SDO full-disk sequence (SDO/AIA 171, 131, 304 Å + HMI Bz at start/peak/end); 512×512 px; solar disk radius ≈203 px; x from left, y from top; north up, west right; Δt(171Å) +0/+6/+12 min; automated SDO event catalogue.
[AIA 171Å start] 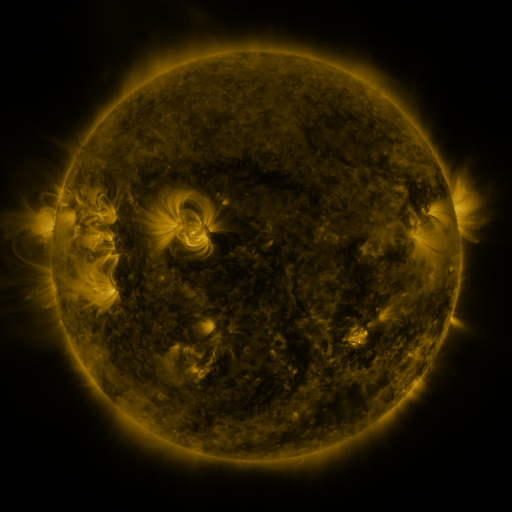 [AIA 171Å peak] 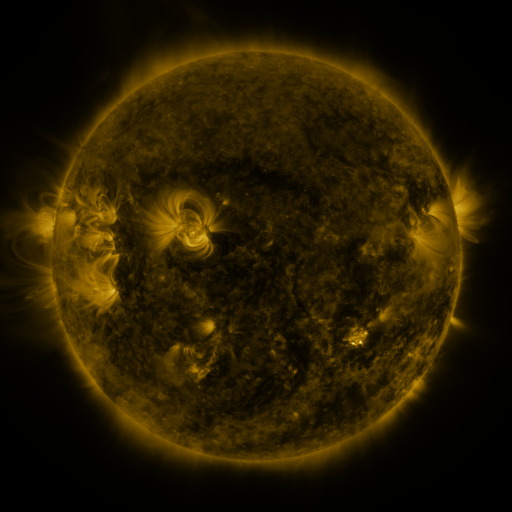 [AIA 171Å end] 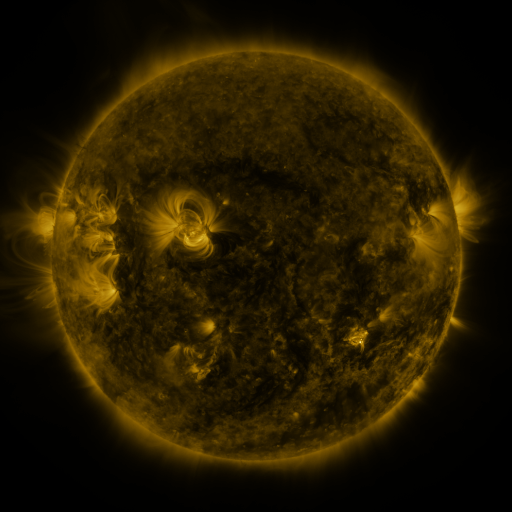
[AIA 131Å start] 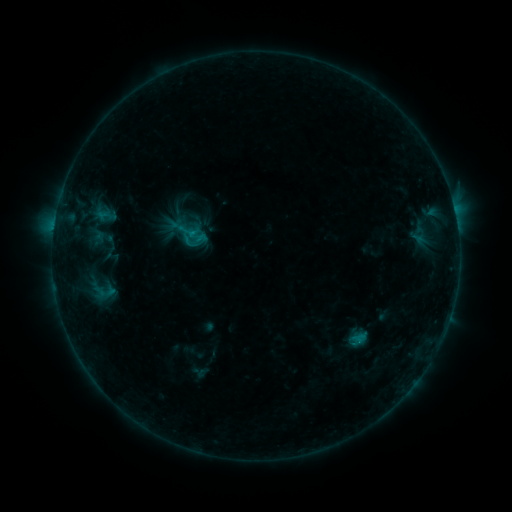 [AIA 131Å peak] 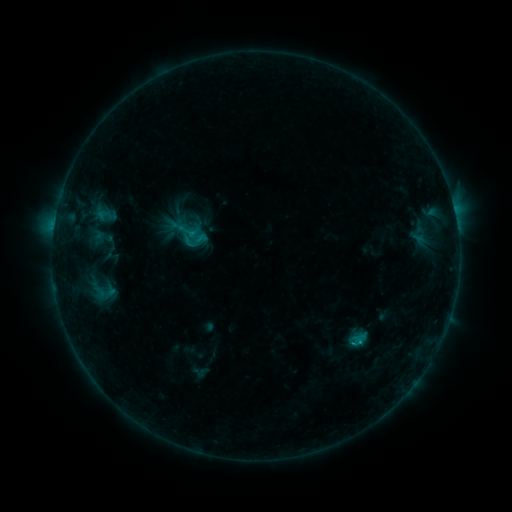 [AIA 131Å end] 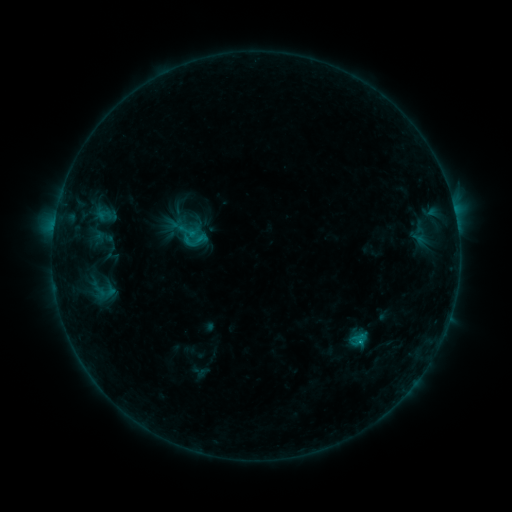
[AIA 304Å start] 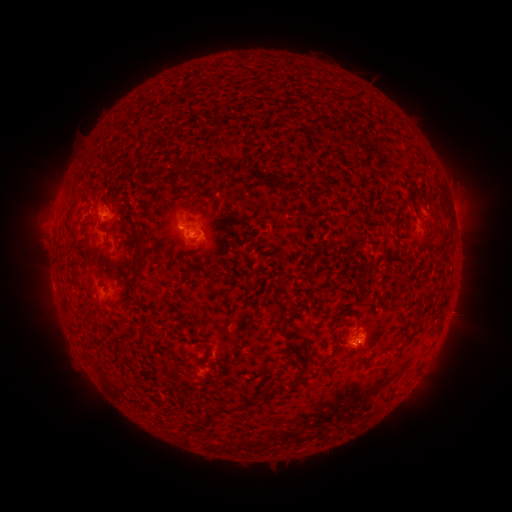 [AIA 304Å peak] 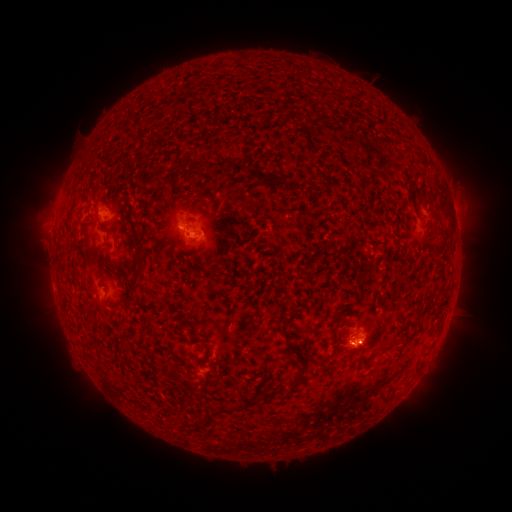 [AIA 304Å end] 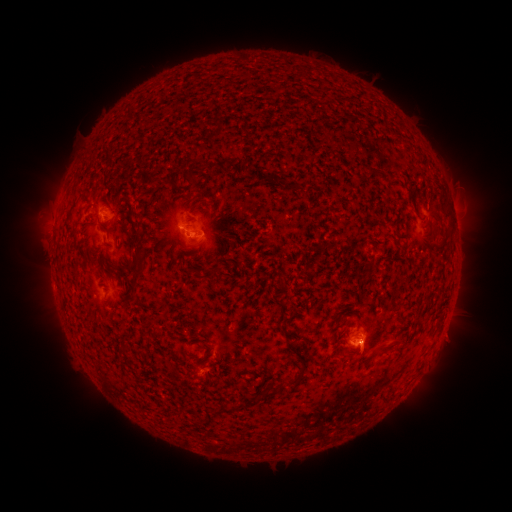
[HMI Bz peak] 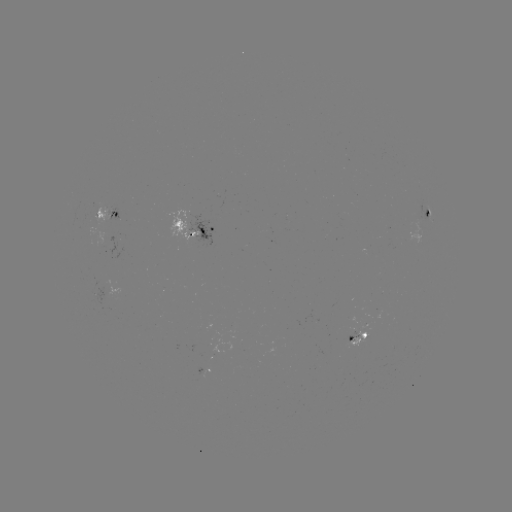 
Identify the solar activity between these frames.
C1.4 flare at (358, 340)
